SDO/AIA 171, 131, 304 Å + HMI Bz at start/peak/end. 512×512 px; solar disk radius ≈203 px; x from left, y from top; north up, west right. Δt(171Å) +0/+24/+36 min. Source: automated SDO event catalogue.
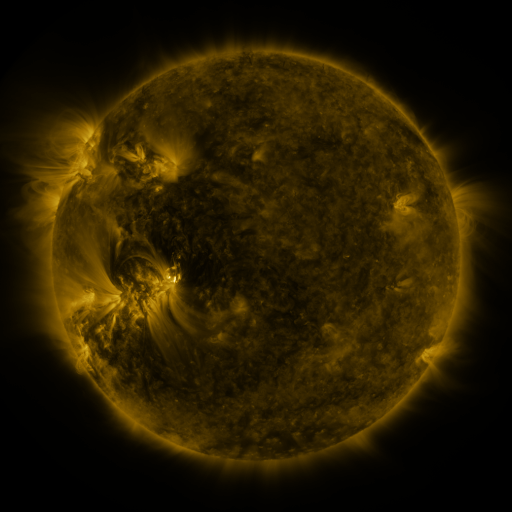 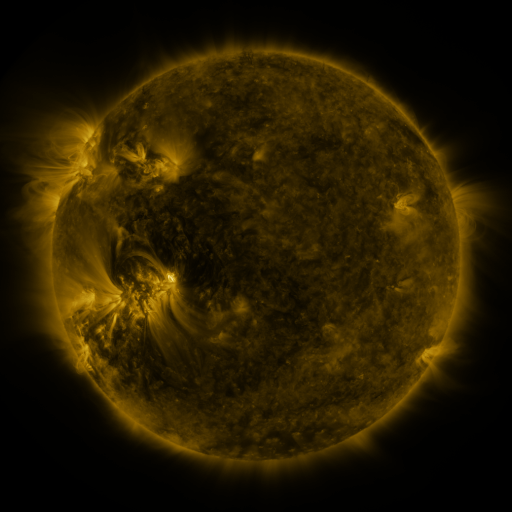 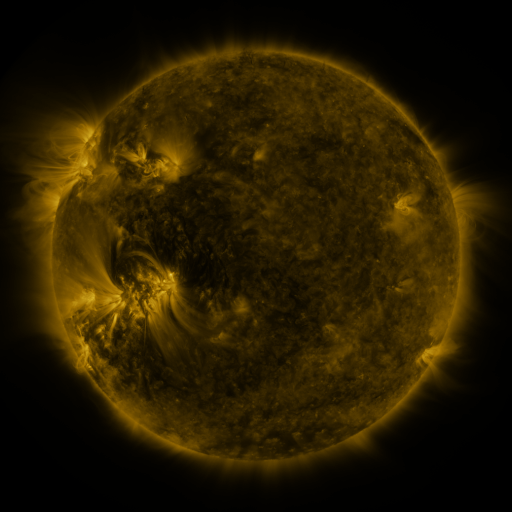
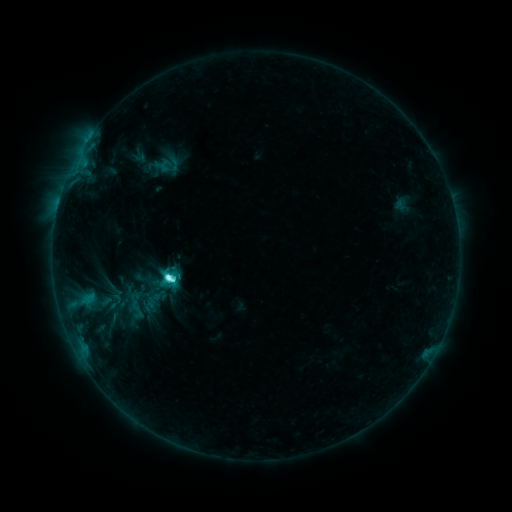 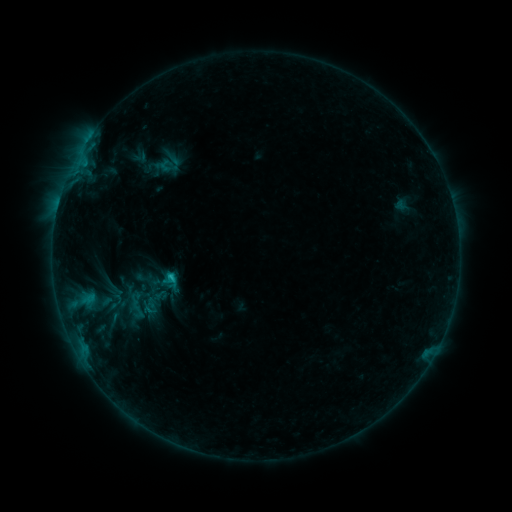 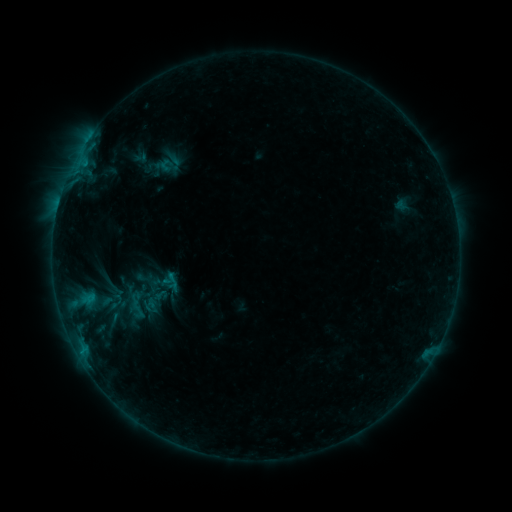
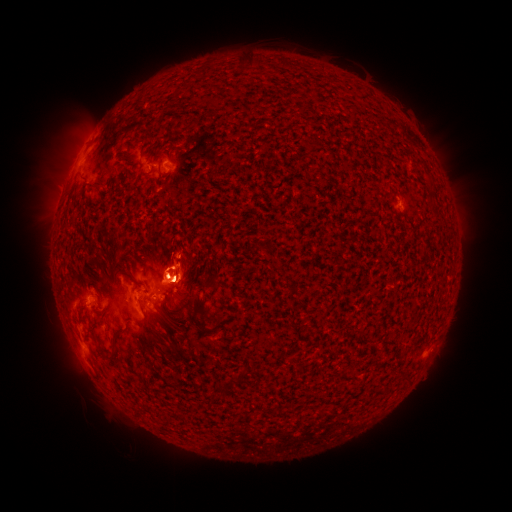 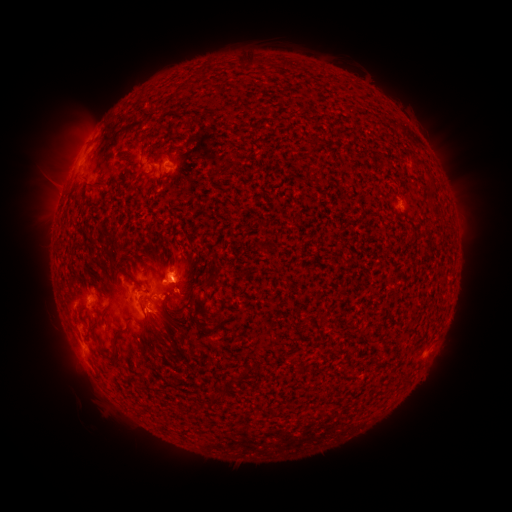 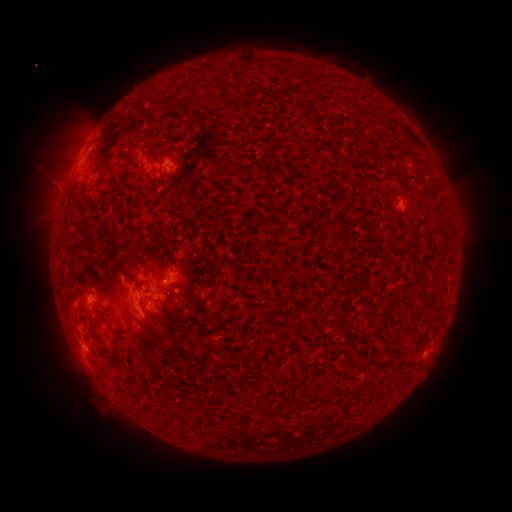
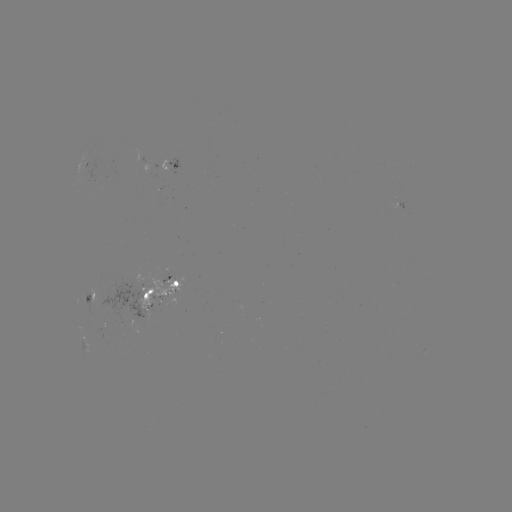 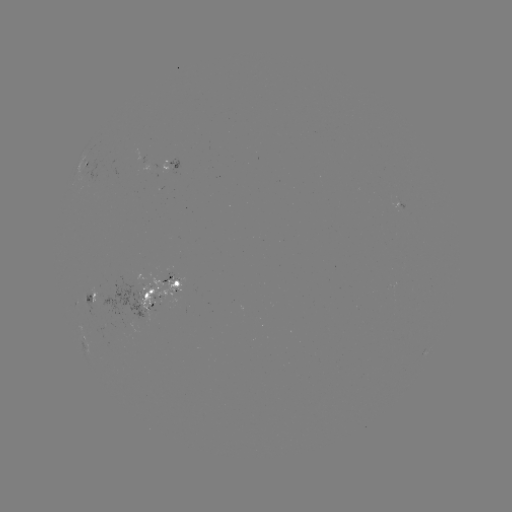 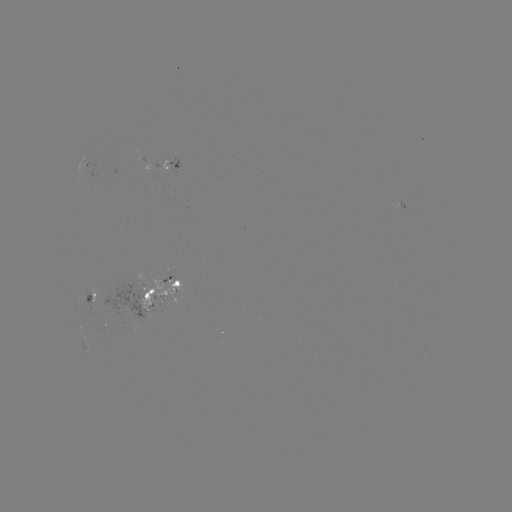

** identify emerging-flux region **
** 167,290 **